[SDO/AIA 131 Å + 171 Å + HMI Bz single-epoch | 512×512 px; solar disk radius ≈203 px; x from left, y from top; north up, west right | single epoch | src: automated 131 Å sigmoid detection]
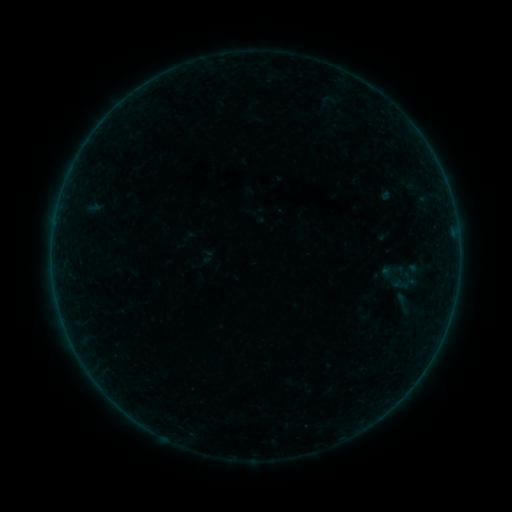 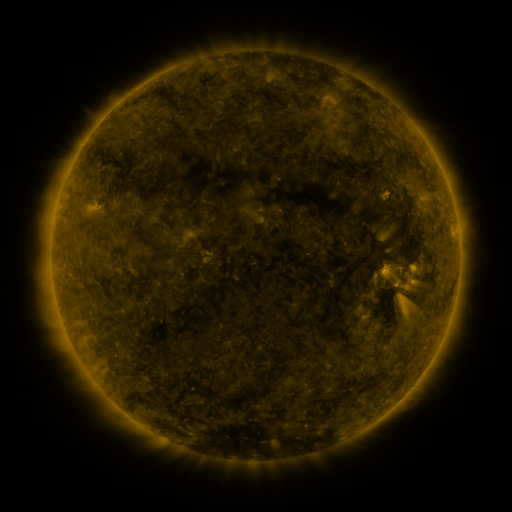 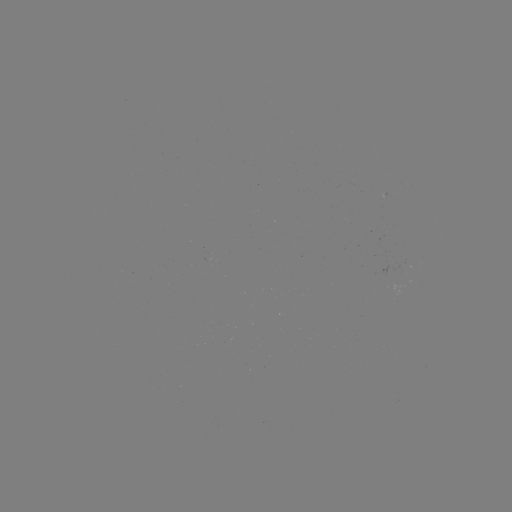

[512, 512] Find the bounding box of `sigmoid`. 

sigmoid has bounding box [390, 288, 414, 317].